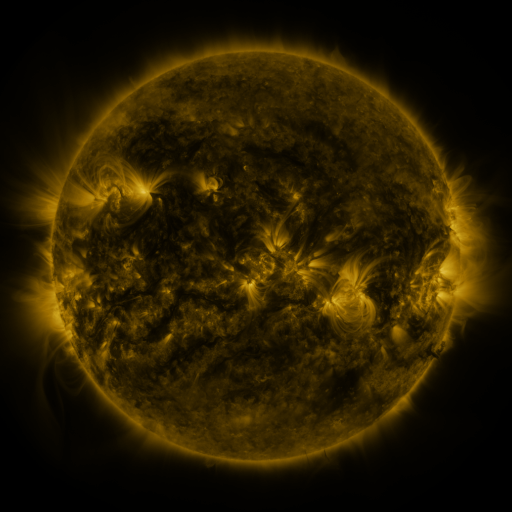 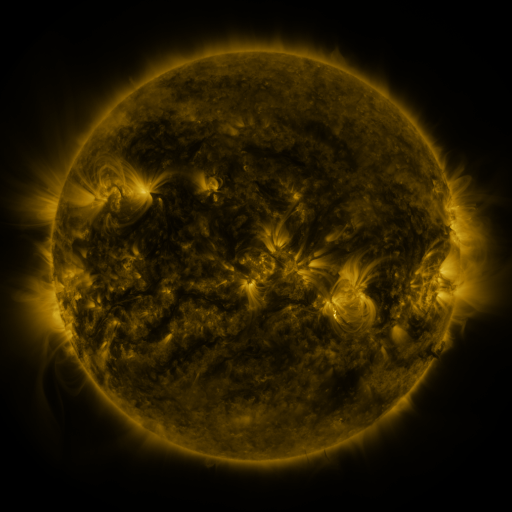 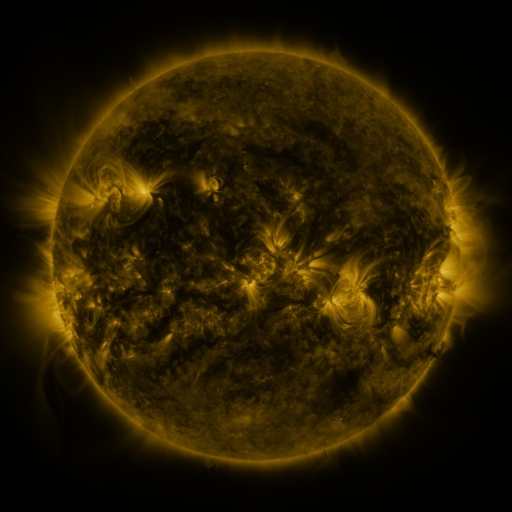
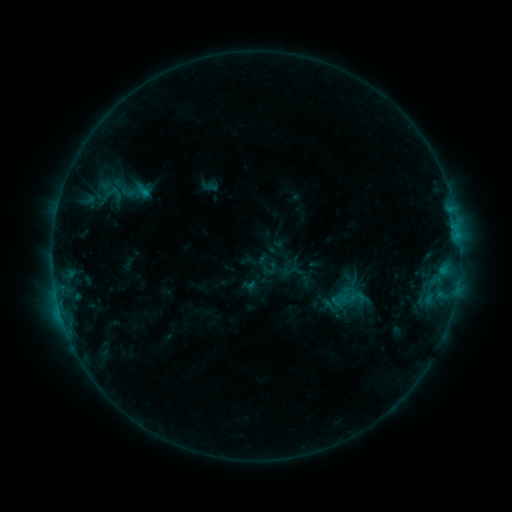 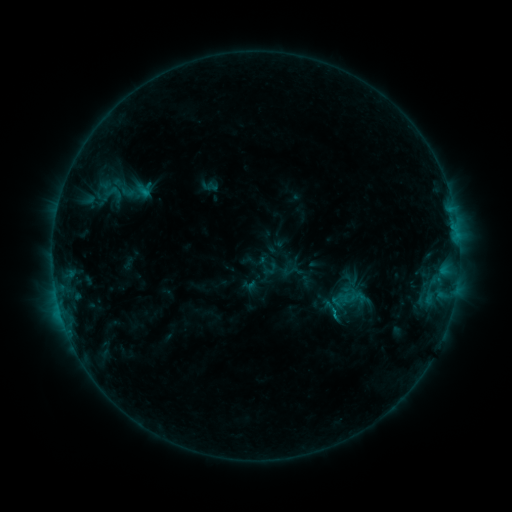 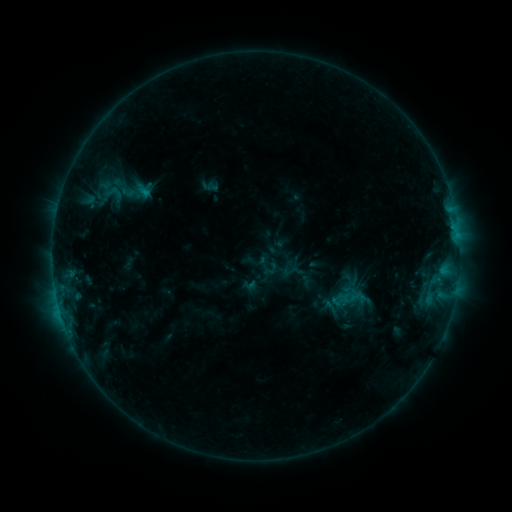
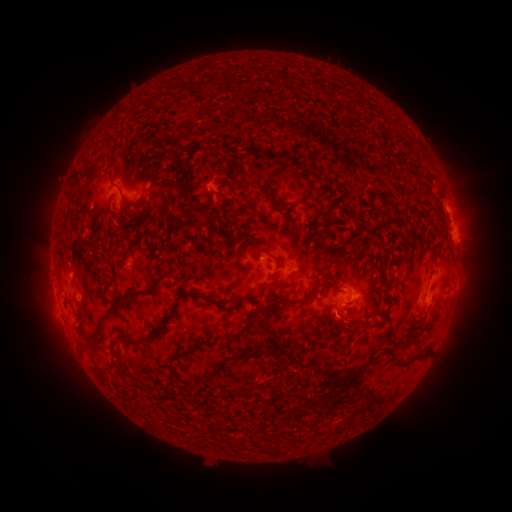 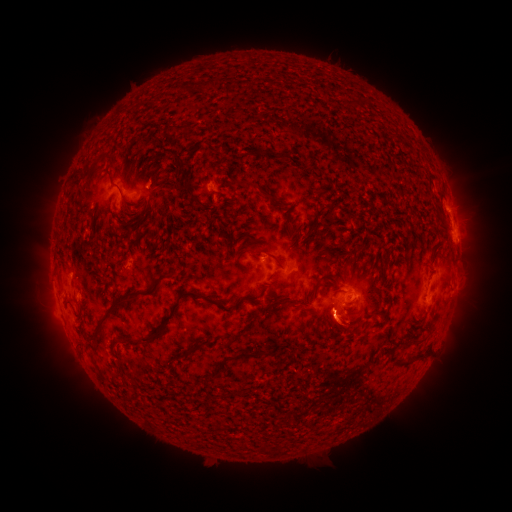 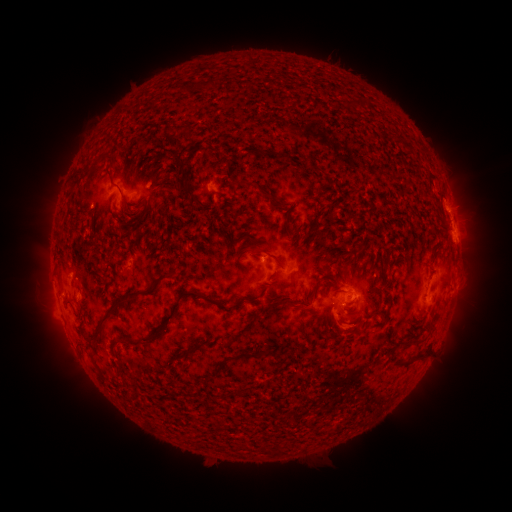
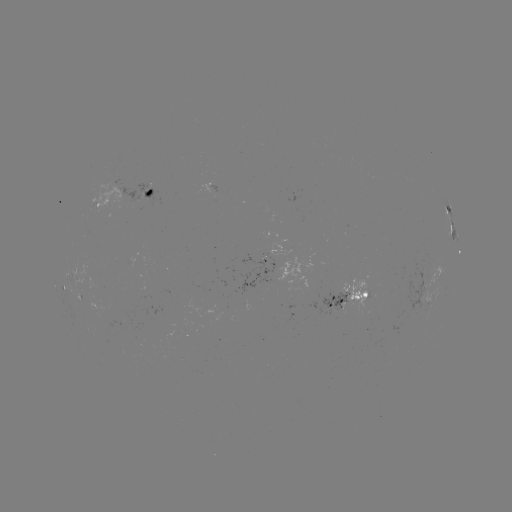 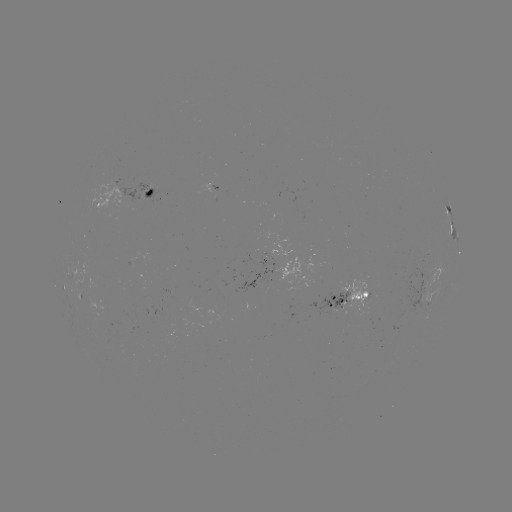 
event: eruption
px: (337, 327)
